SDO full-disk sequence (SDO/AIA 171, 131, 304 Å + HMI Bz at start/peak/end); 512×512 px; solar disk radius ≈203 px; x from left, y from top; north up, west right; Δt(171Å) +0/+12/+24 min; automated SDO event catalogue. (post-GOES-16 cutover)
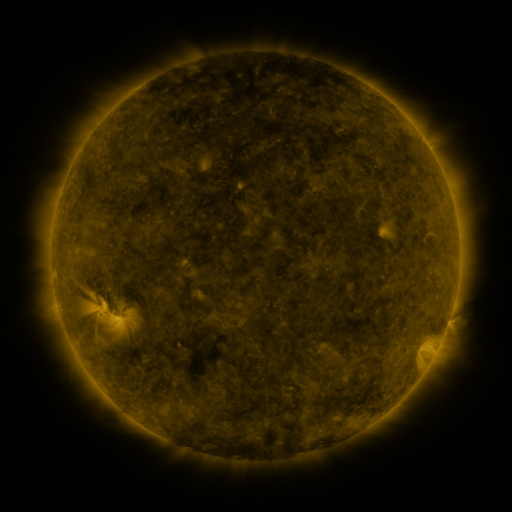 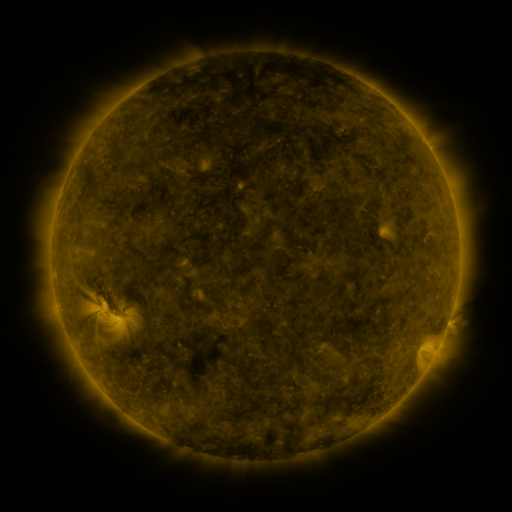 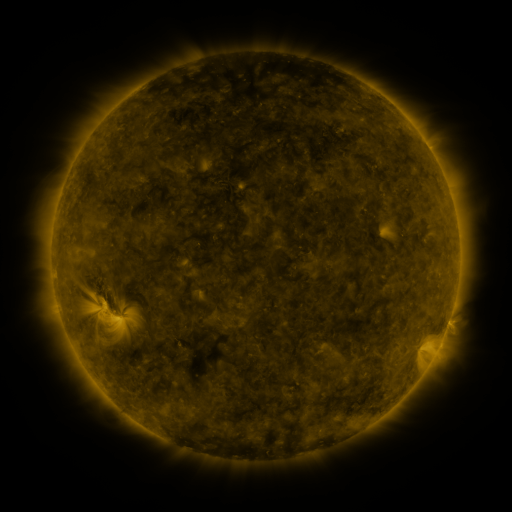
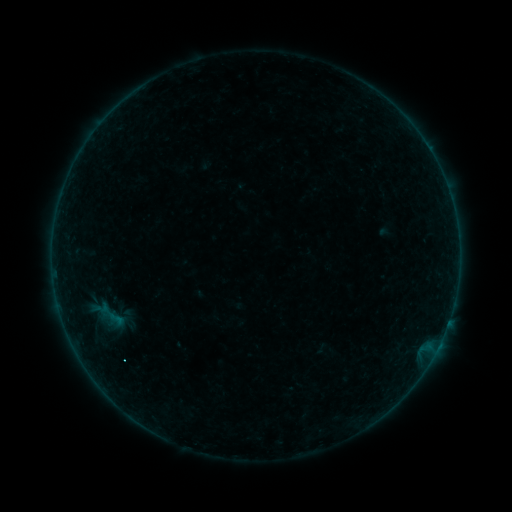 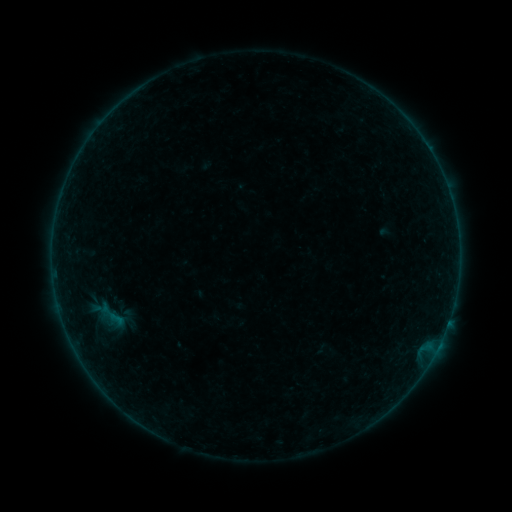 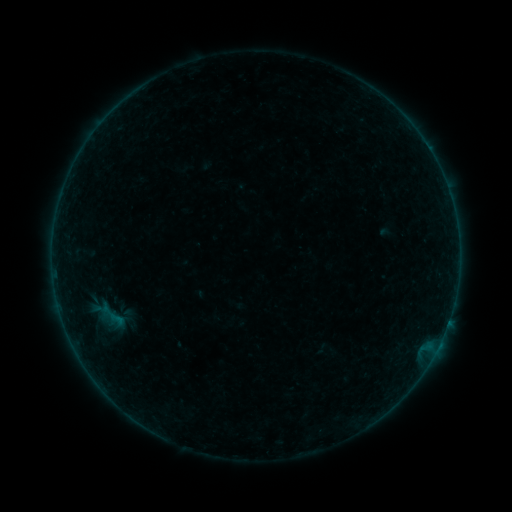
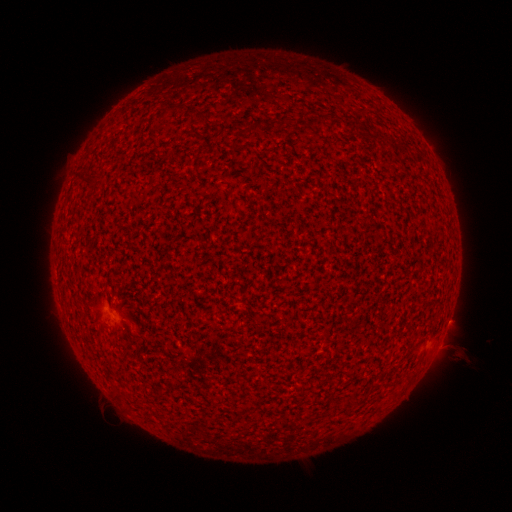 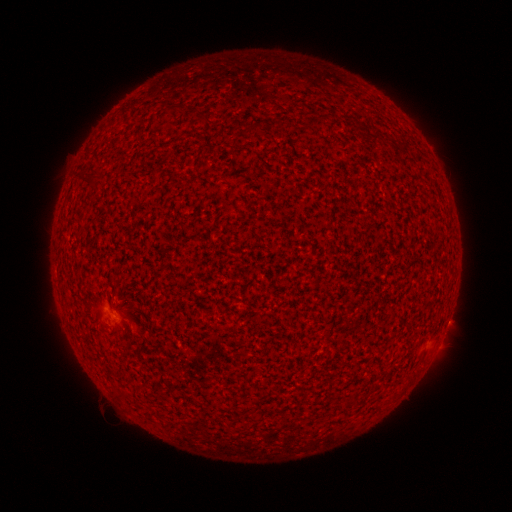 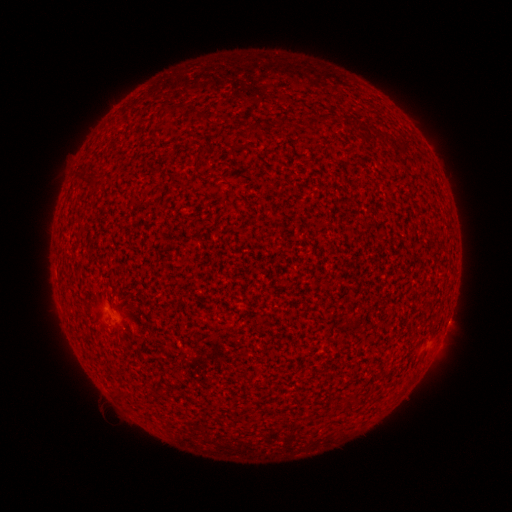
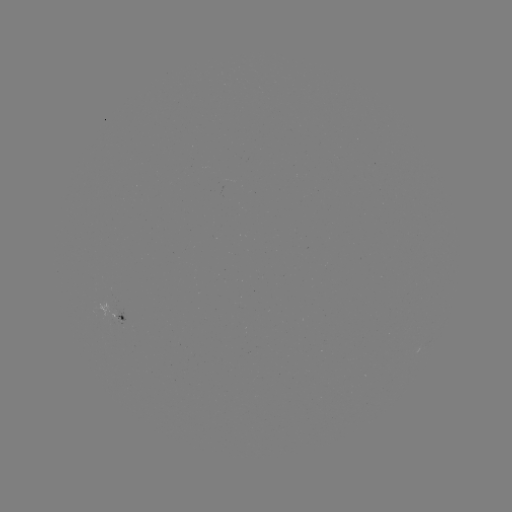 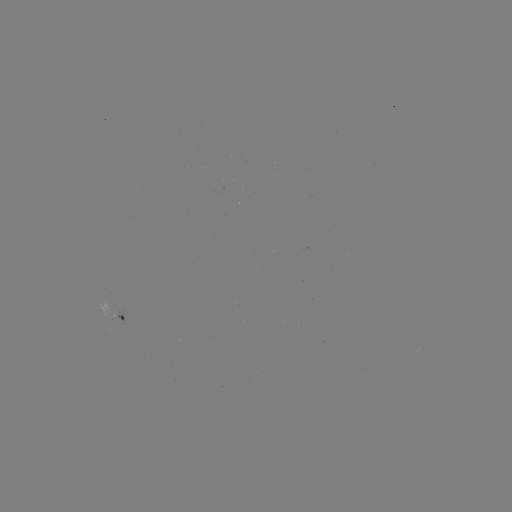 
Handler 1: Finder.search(A5.4 flare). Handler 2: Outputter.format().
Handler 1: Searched A5.4 flare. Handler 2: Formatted [115, 315].